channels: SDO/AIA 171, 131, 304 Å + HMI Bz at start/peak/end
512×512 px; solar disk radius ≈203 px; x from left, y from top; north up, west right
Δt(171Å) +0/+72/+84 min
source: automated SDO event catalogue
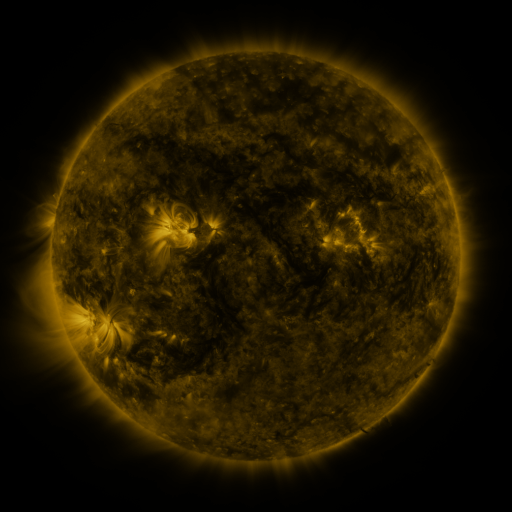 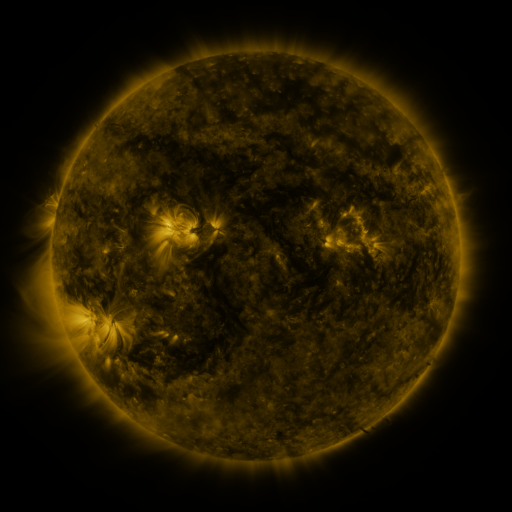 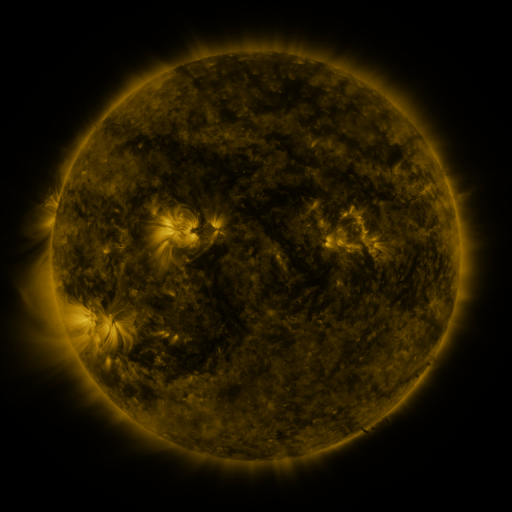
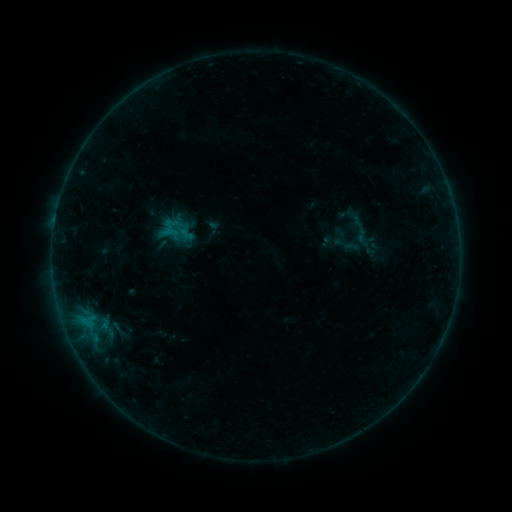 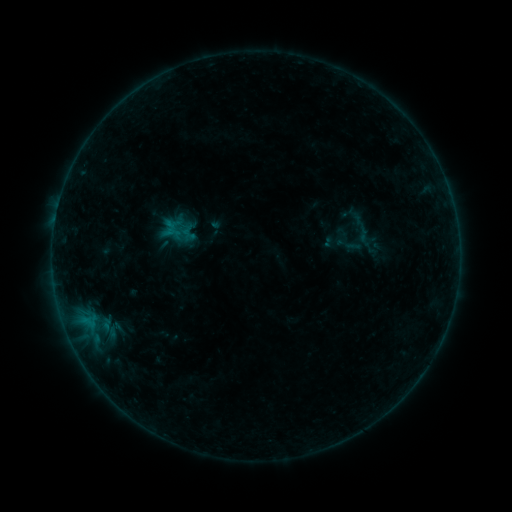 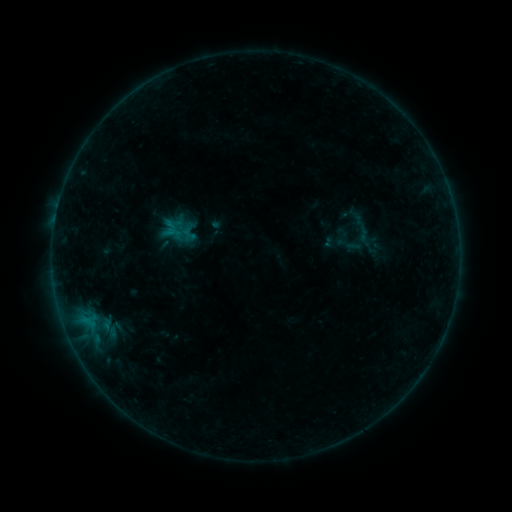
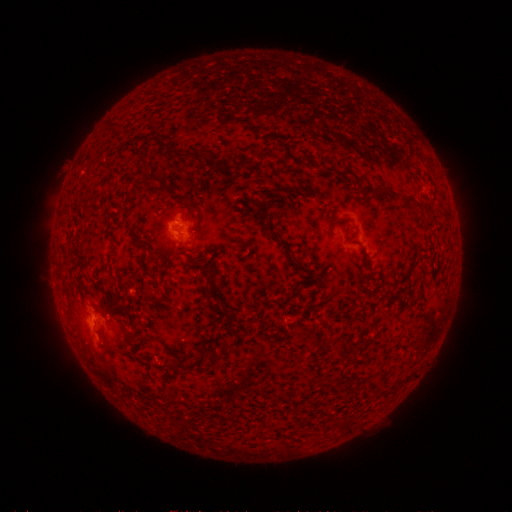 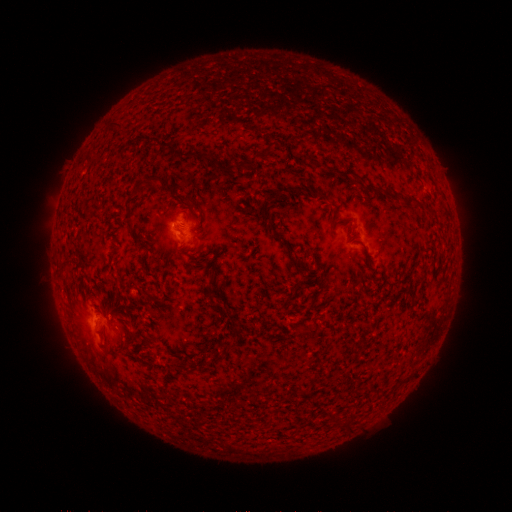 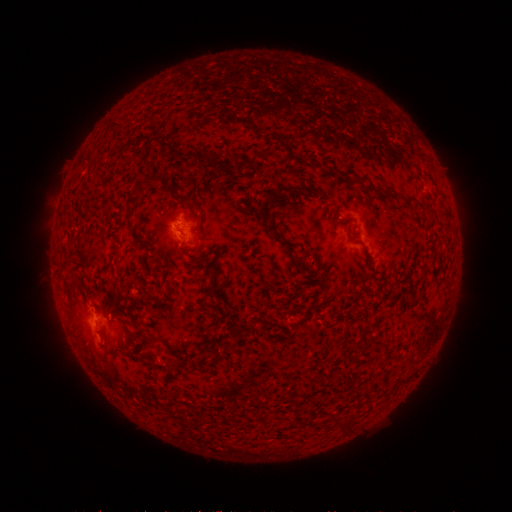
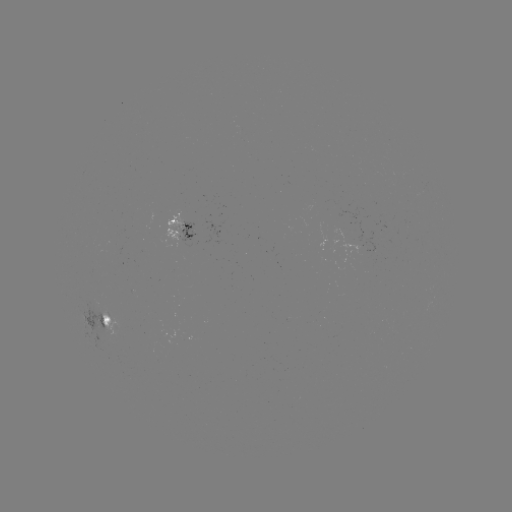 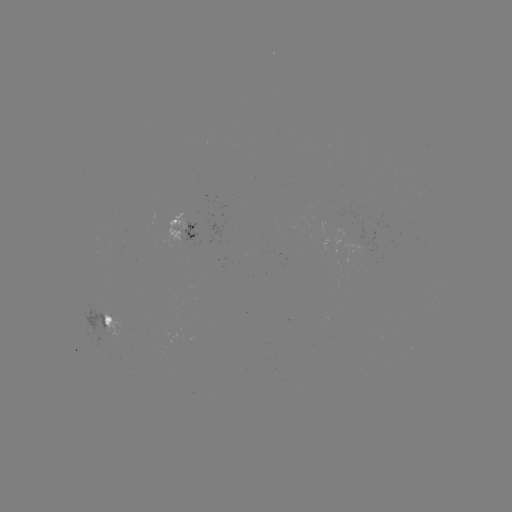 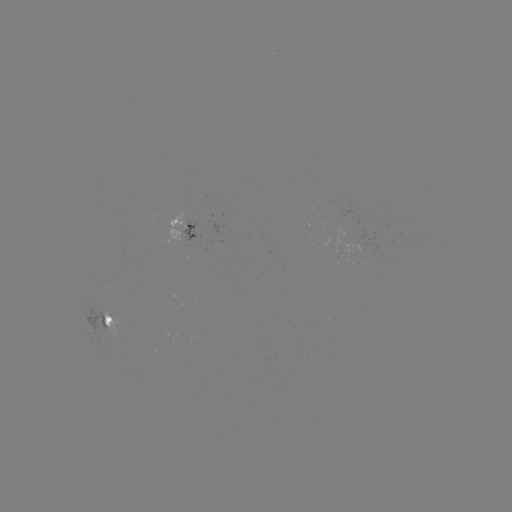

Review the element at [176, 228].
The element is emerging-flux region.